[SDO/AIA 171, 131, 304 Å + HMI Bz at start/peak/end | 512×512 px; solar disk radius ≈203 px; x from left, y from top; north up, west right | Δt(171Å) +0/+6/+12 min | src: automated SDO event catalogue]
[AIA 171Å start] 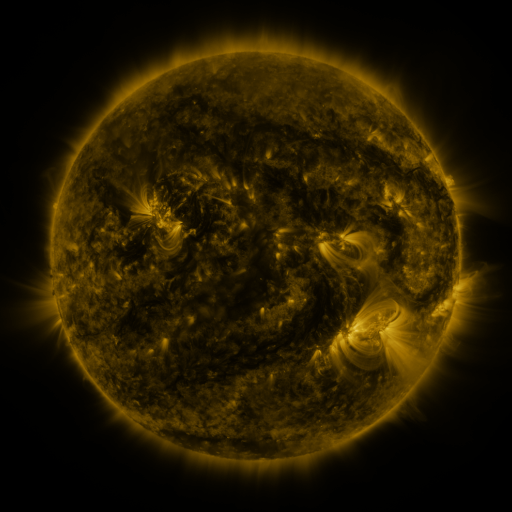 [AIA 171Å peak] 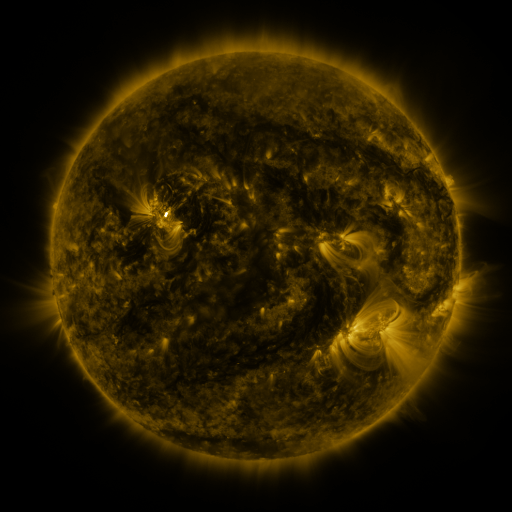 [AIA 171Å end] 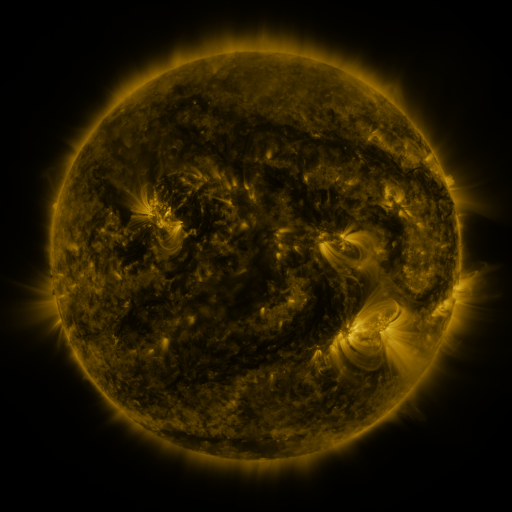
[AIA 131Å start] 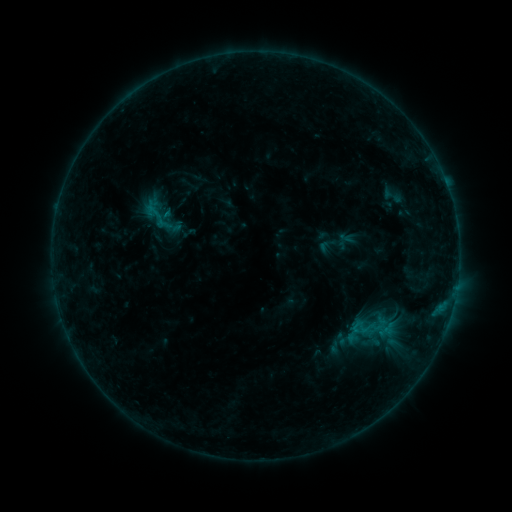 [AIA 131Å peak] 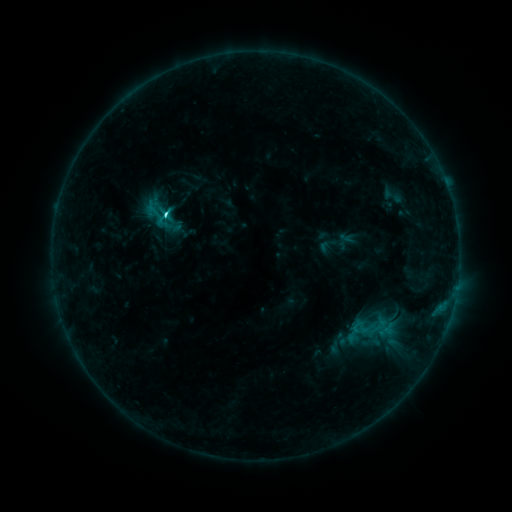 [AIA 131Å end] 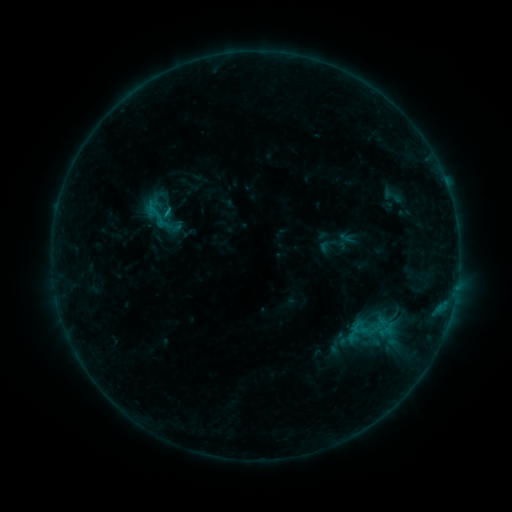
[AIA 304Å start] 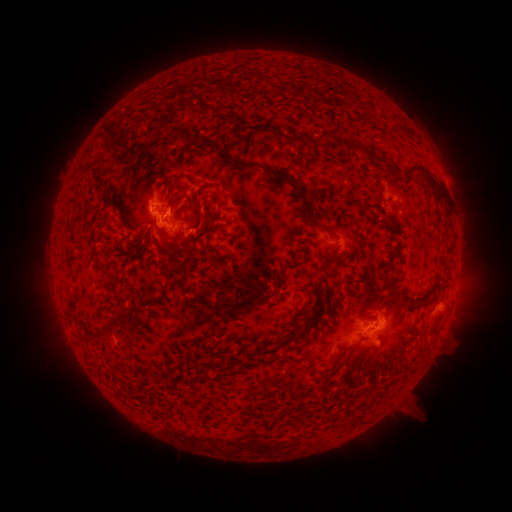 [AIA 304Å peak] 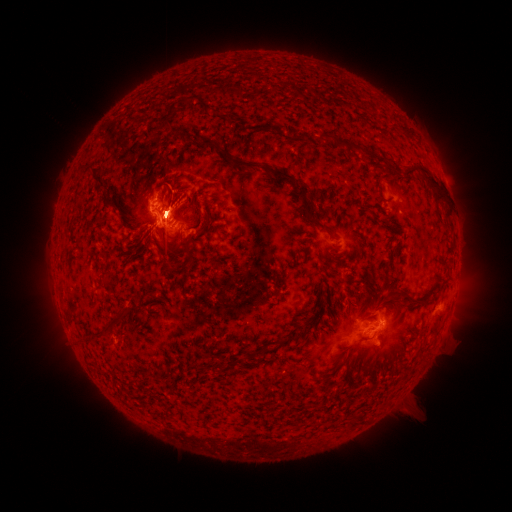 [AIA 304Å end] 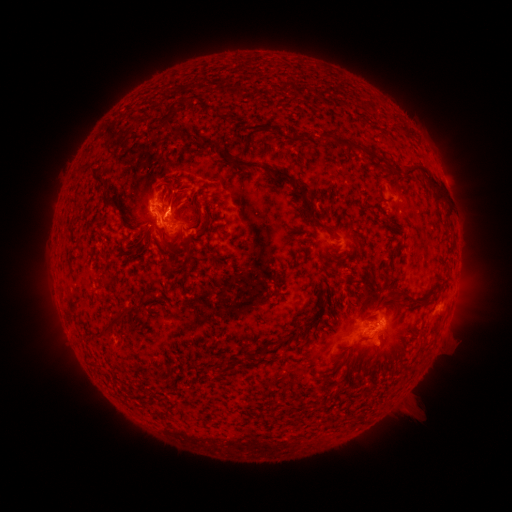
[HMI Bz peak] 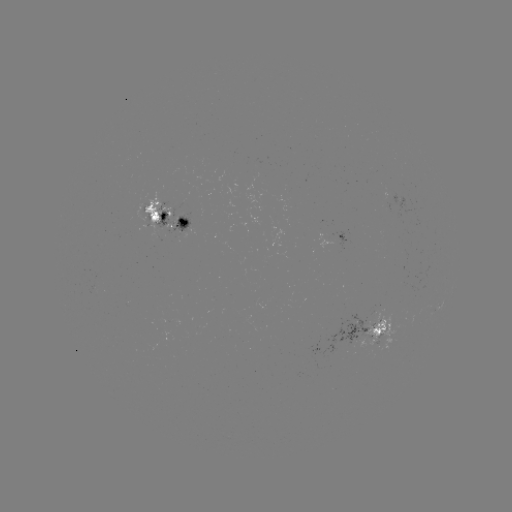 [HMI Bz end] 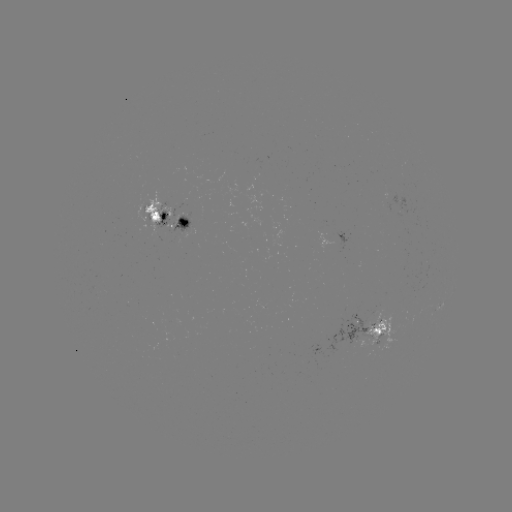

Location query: C2.3 flare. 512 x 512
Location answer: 165,214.